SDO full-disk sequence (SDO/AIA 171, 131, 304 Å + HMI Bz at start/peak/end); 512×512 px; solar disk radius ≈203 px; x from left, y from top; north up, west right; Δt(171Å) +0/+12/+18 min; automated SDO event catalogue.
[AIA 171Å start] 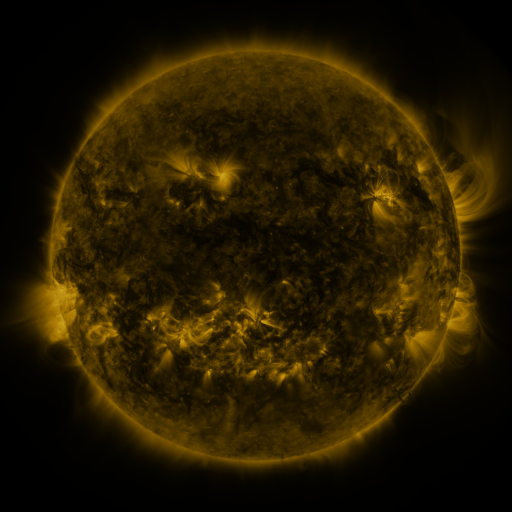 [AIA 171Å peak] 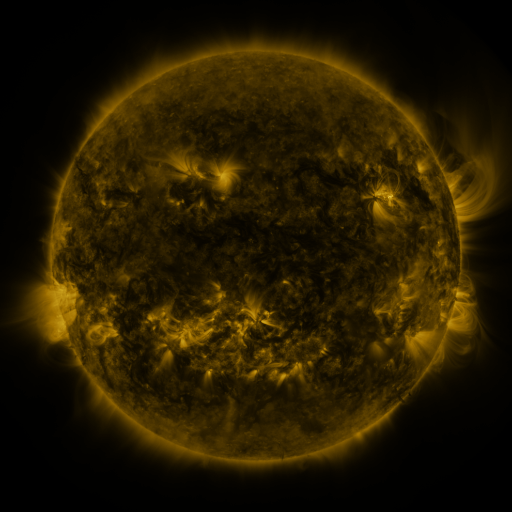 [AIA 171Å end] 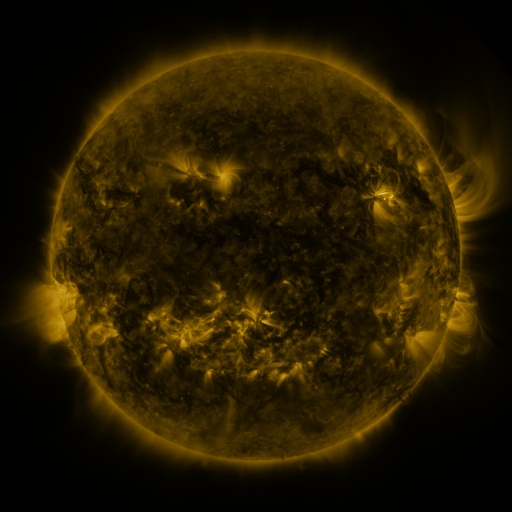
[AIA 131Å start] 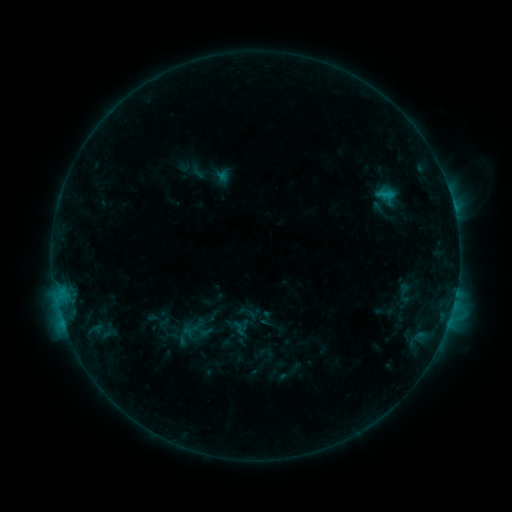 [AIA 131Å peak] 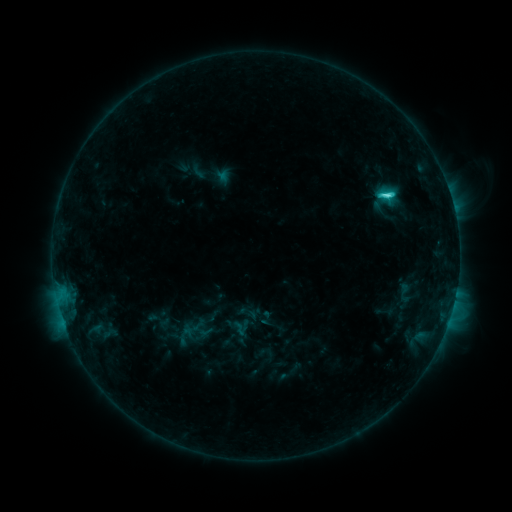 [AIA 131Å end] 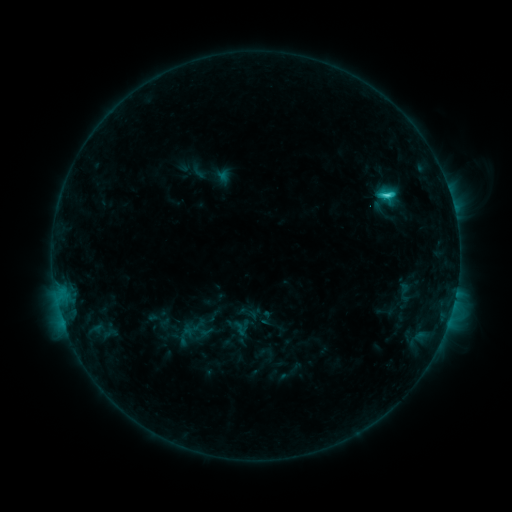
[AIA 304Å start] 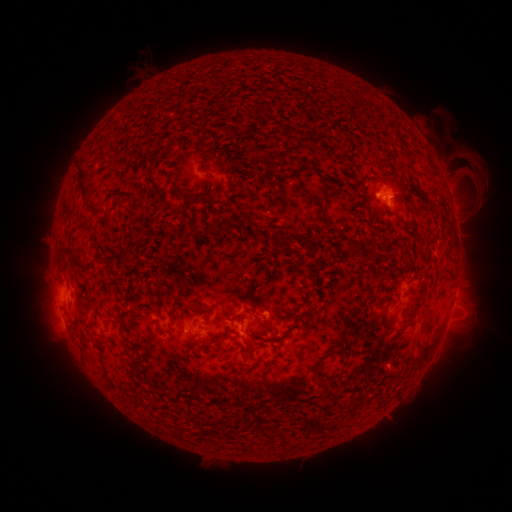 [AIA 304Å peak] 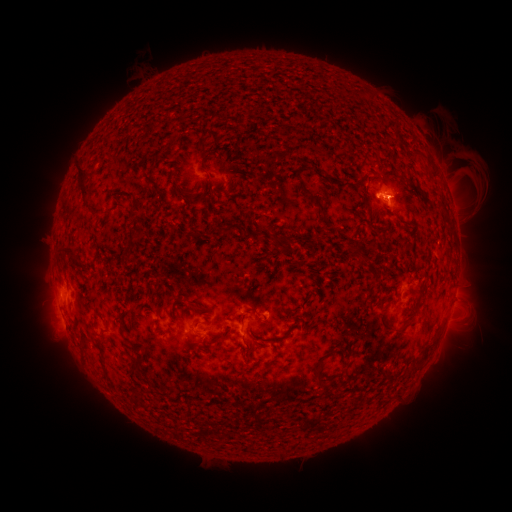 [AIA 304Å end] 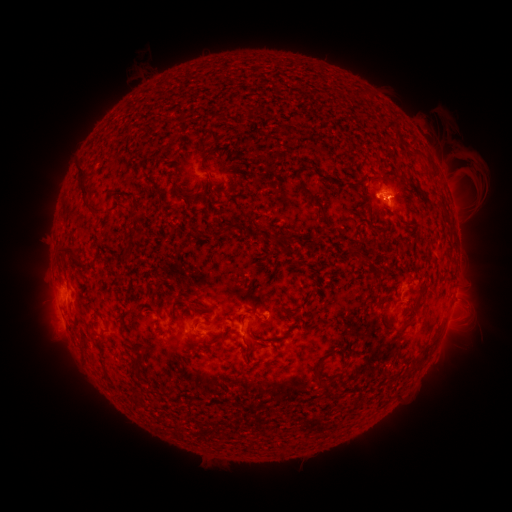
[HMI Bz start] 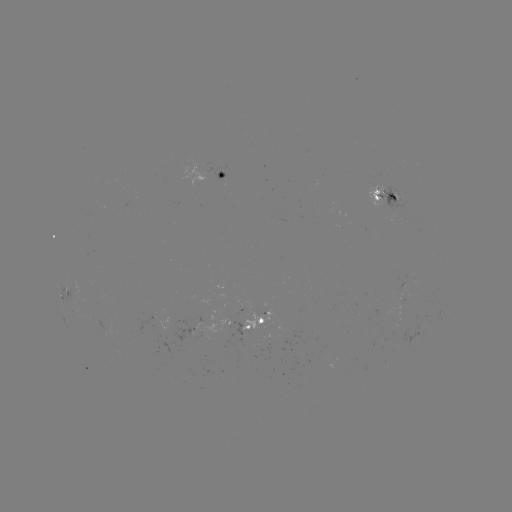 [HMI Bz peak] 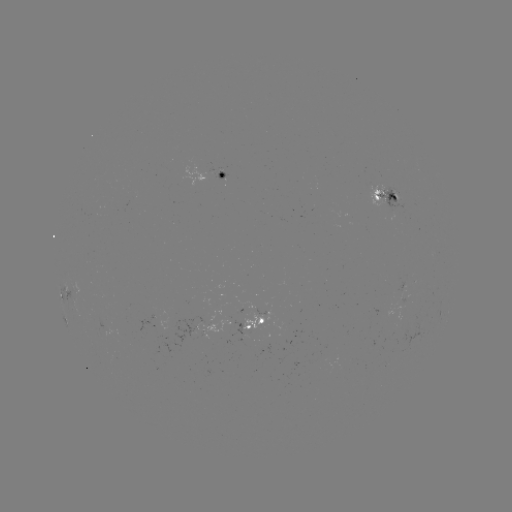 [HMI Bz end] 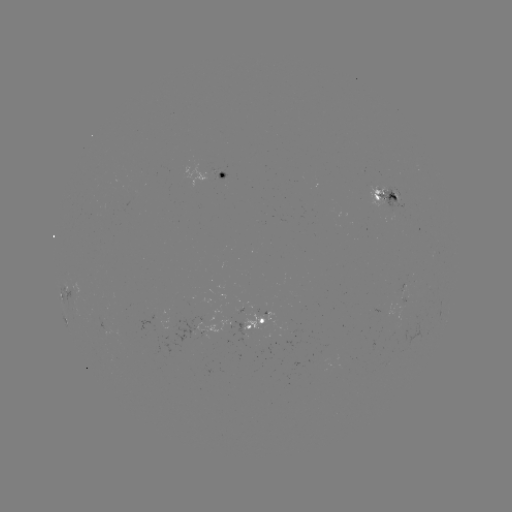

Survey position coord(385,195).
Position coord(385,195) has C2.8 flare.